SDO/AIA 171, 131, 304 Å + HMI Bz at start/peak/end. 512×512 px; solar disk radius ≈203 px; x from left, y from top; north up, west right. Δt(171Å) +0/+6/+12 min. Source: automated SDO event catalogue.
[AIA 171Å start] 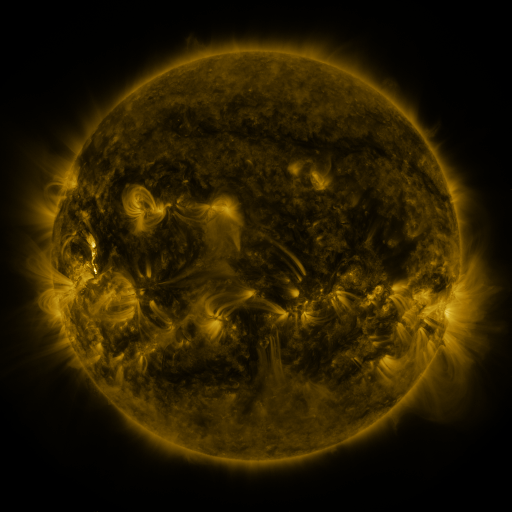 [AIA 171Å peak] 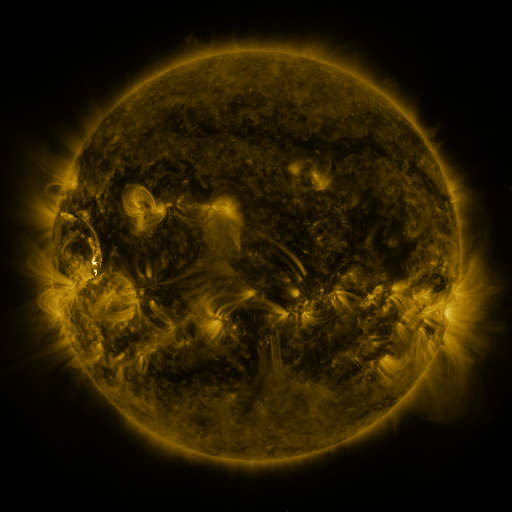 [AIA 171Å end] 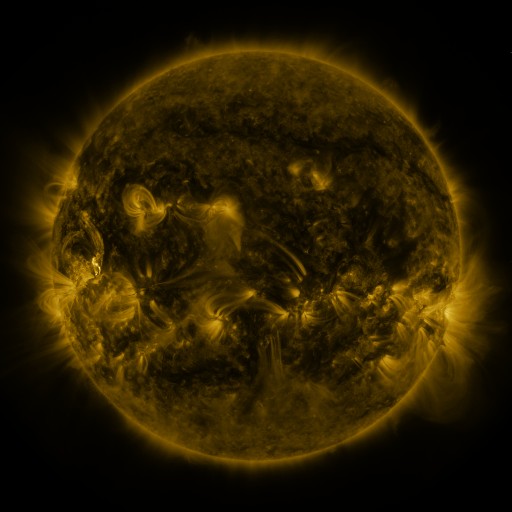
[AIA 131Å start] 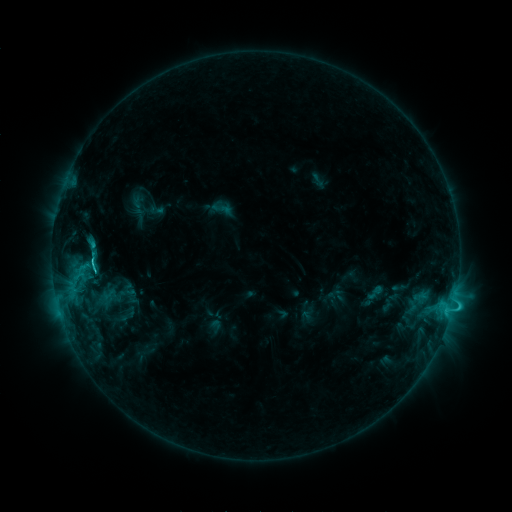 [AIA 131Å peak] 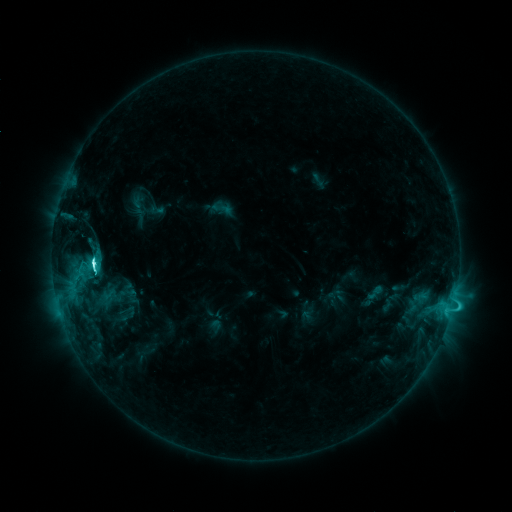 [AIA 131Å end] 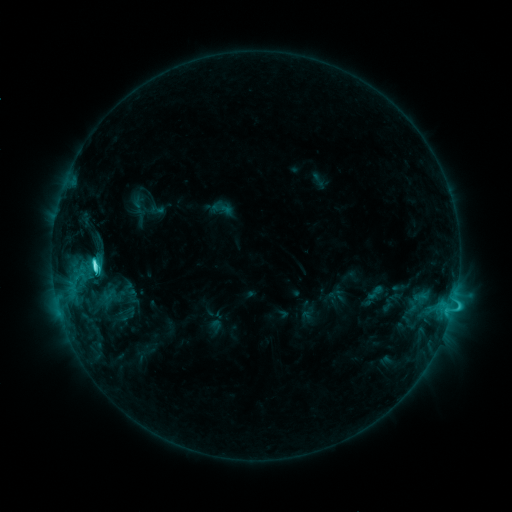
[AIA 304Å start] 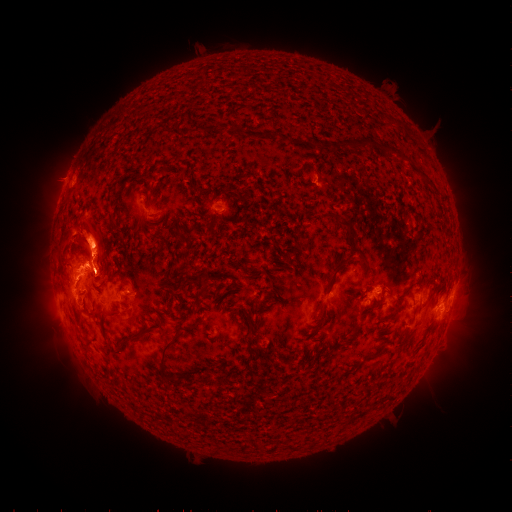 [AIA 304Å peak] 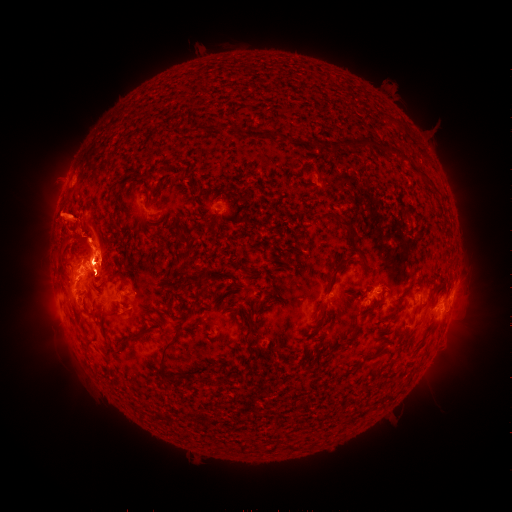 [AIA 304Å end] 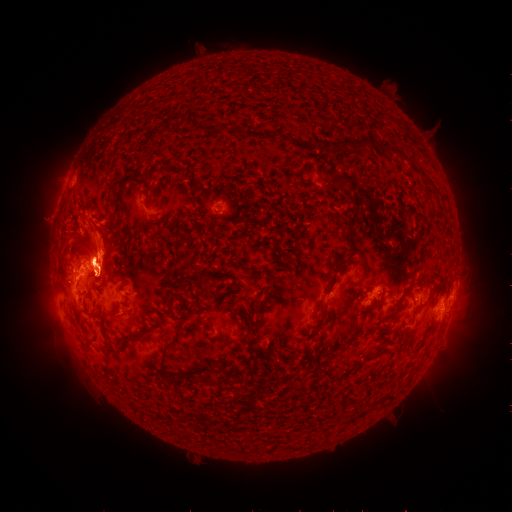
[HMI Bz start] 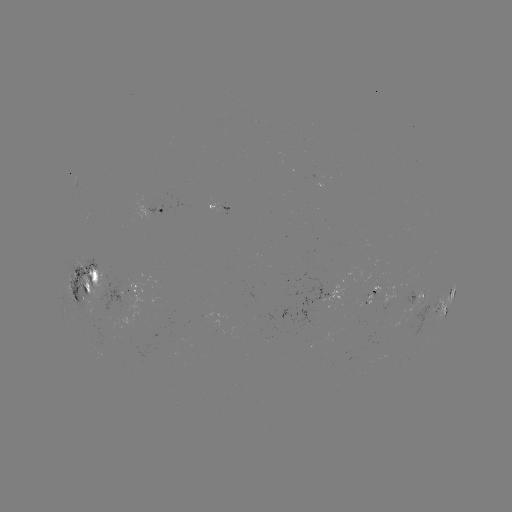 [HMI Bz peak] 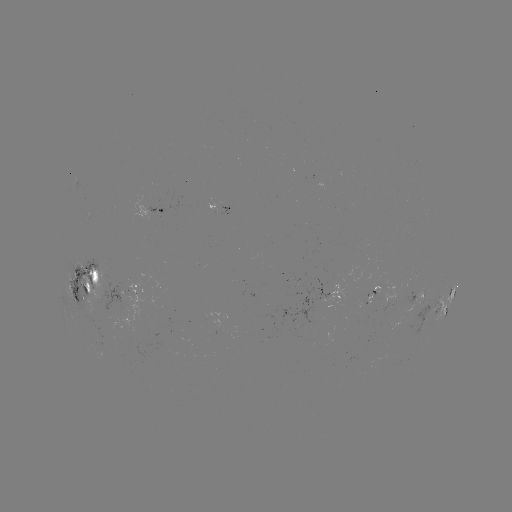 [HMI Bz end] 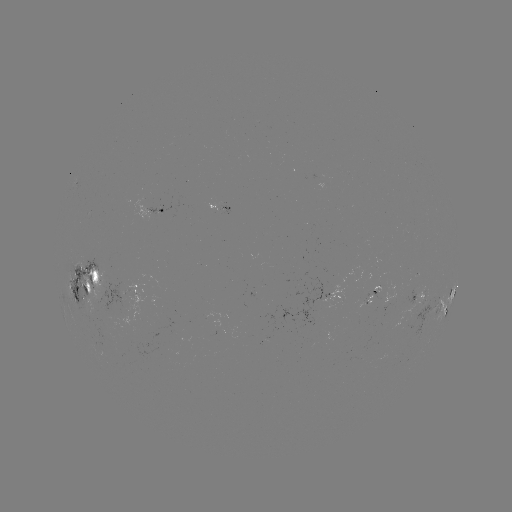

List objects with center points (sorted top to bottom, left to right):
M1.0 flare: (95, 262)
